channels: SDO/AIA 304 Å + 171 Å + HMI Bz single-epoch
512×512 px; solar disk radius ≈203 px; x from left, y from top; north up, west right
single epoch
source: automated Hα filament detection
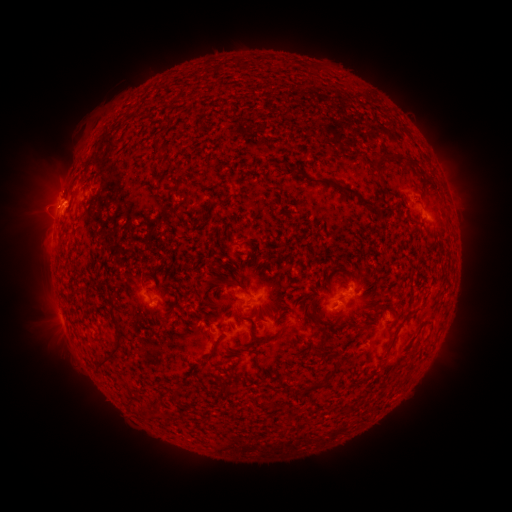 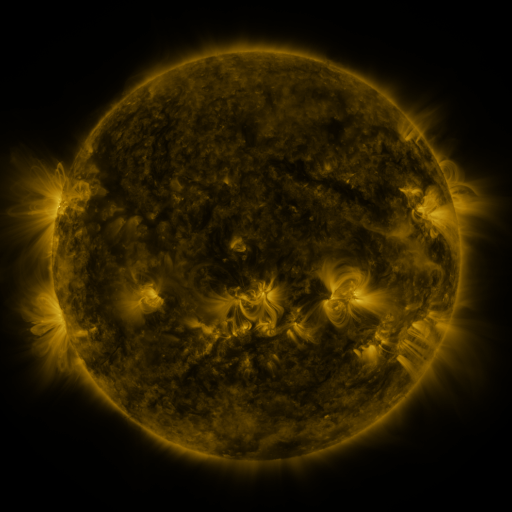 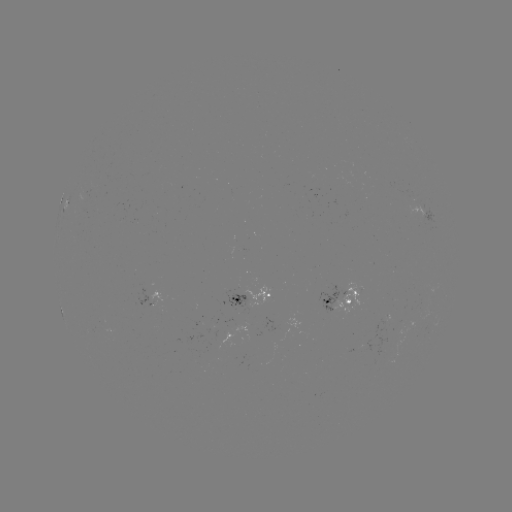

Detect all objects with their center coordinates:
filament: <bbox>154, 143, 165, 152</bbox>
filament: <bbox>374, 153, 406, 172</bbox>
filament: <bbox>404, 160, 413, 169</bbox>
filament: <bbox>309, 178, 374, 208</bbox>
filament: <bbox>412, 218, 426, 228</bbox>
filament: <bbox>108, 303, 116, 319</bbox>
filament: <bbox>147, 305, 159, 317</bbox>
filament: <bbox>164, 309, 174, 317</bbox>
filament: <bbox>311, 316, 322, 327</bbox>
filament: <bbox>96, 331, 123, 365</bbox>
filament: <bbox>205, 340, 218, 360</bbox>
filament: <bbox>237, 345, 249, 353</bbox>
filament: <bbox>307, 366, 338, 390</bbox>
filament: <bbox>219, 385, 230, 394</bbox>
